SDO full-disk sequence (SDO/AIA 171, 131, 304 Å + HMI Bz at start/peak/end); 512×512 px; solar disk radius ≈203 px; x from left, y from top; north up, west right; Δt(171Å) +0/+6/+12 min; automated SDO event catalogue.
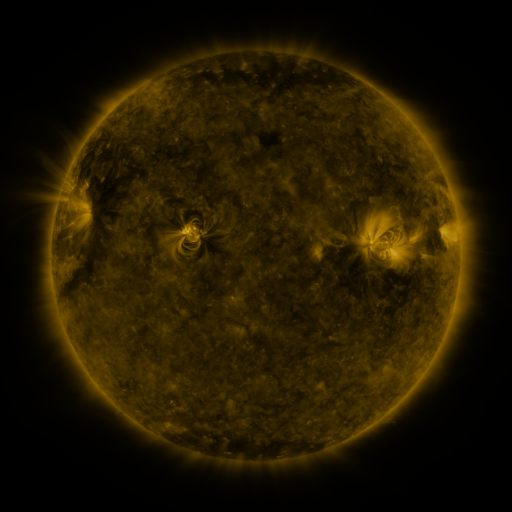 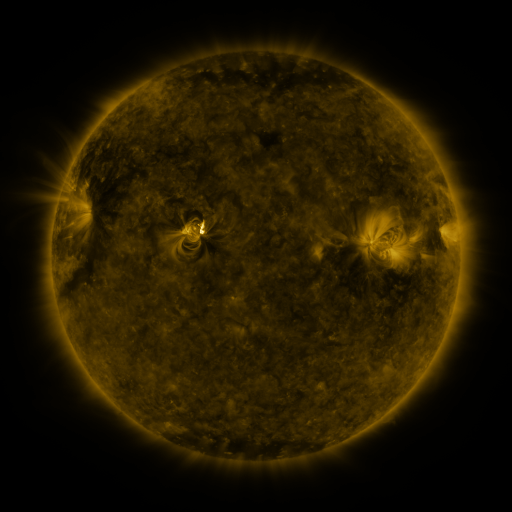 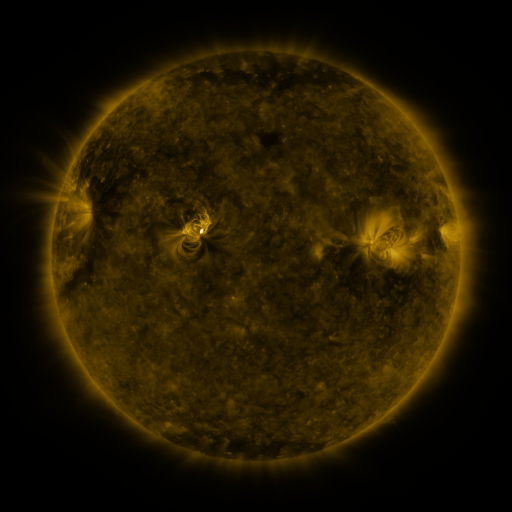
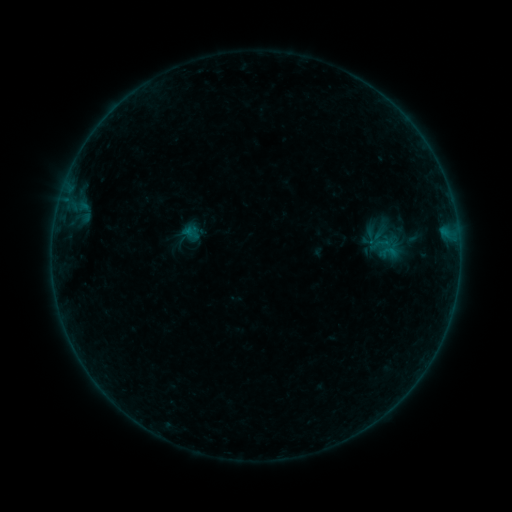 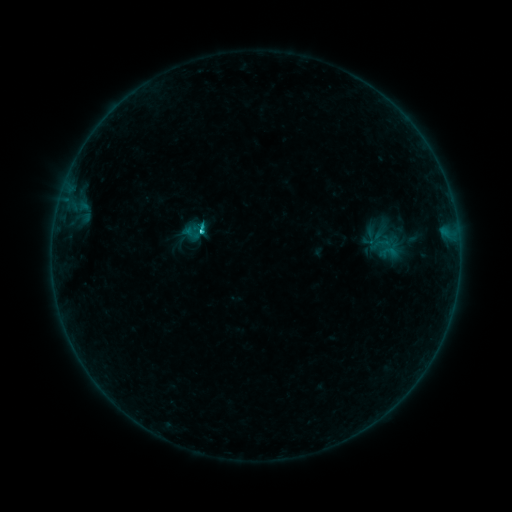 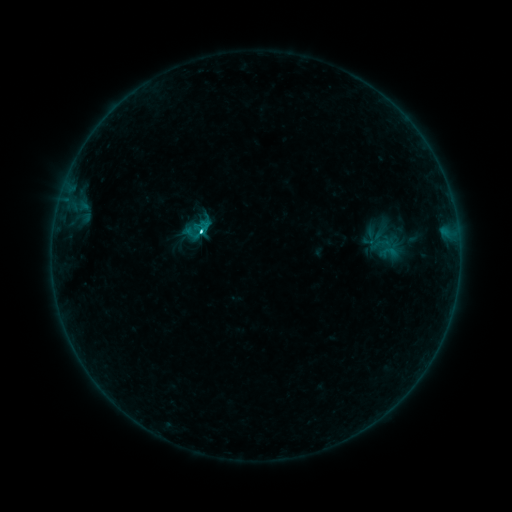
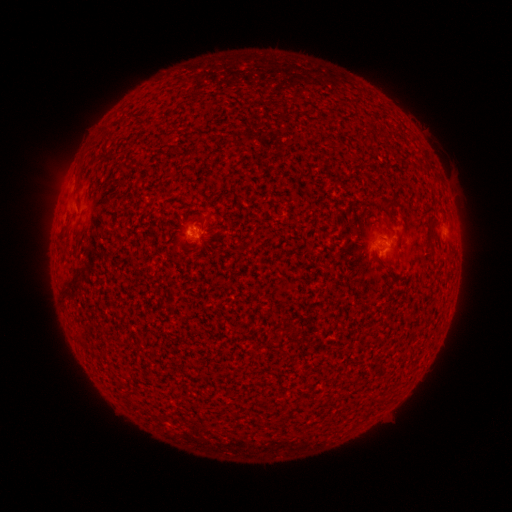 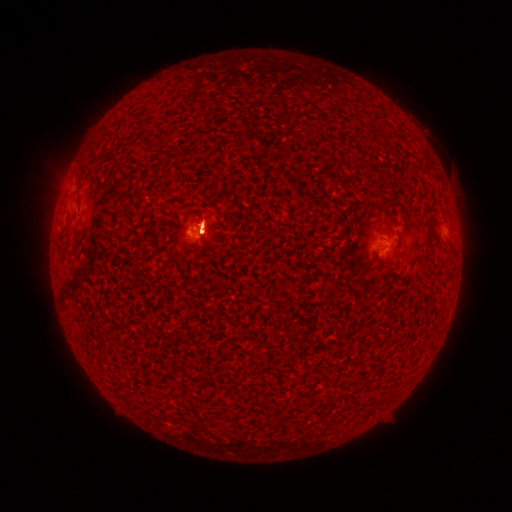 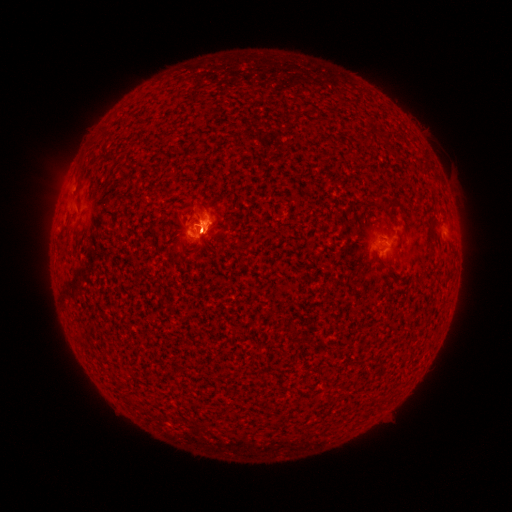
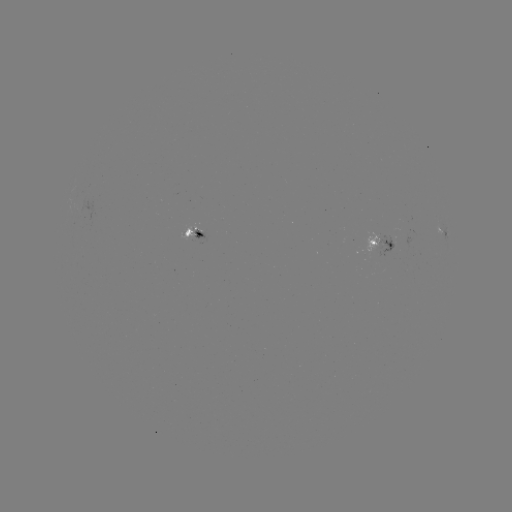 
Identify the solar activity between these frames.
C2.1 flare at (203, 233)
